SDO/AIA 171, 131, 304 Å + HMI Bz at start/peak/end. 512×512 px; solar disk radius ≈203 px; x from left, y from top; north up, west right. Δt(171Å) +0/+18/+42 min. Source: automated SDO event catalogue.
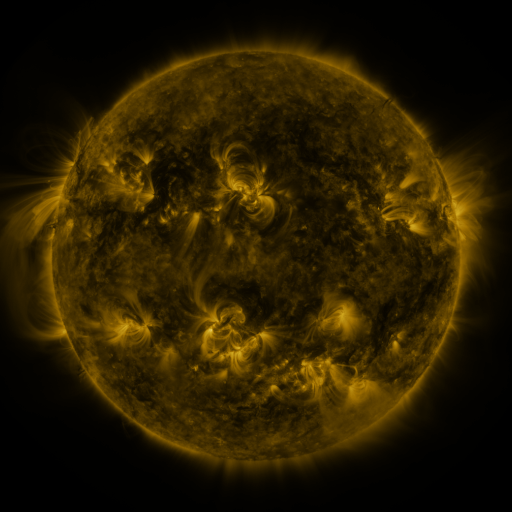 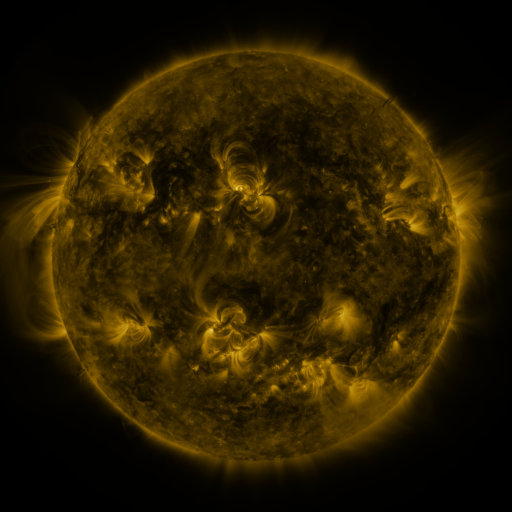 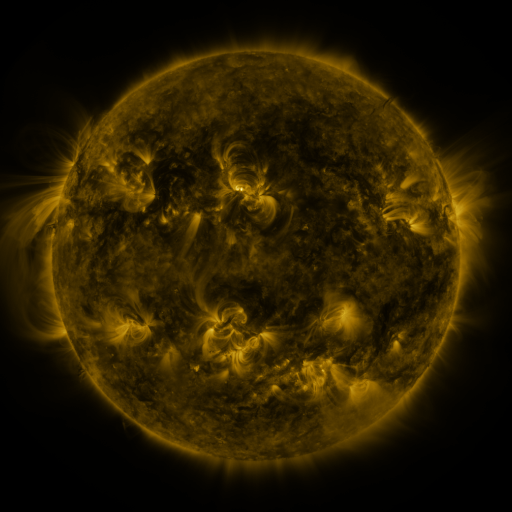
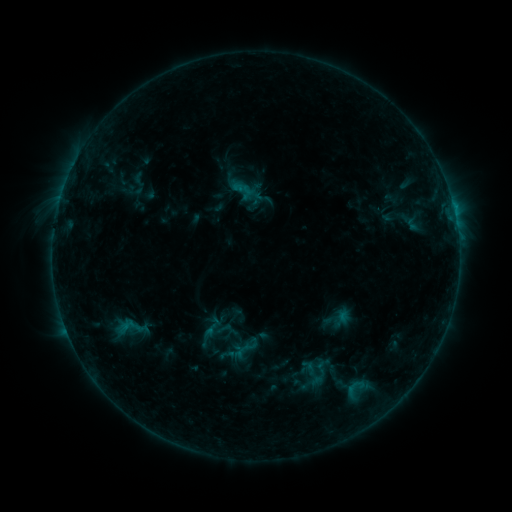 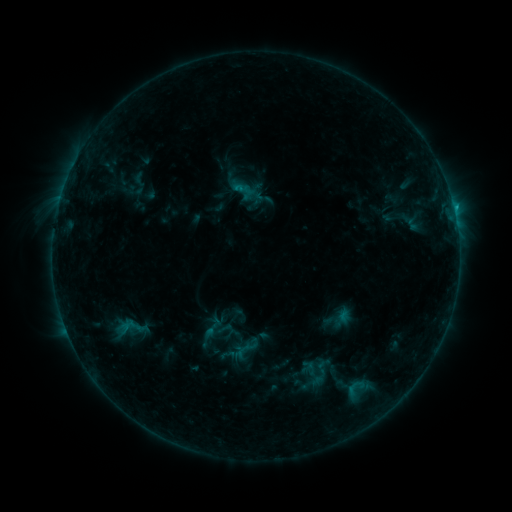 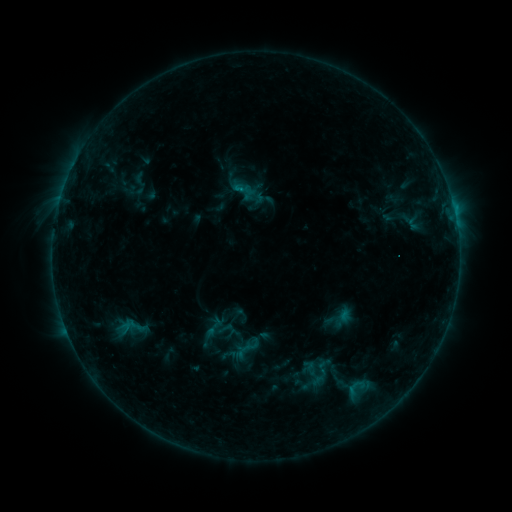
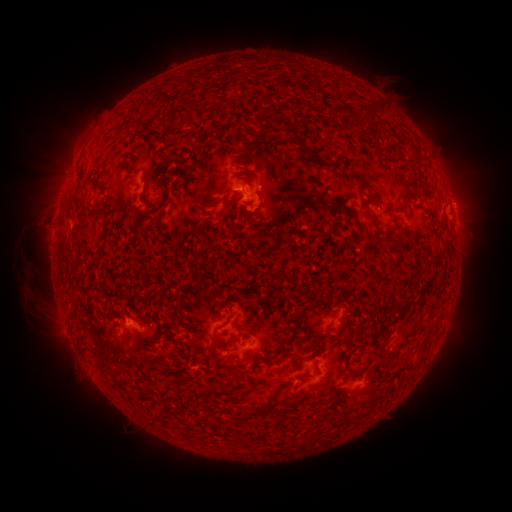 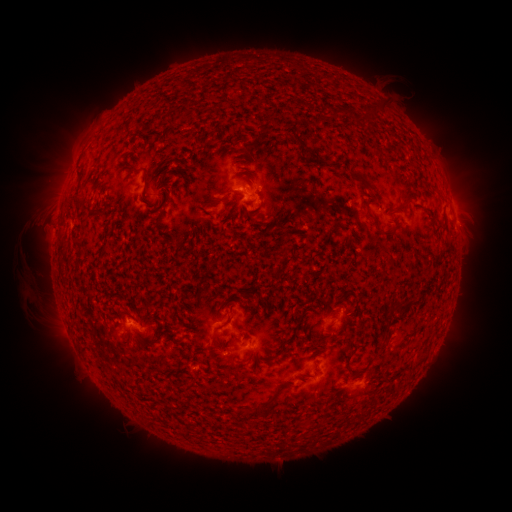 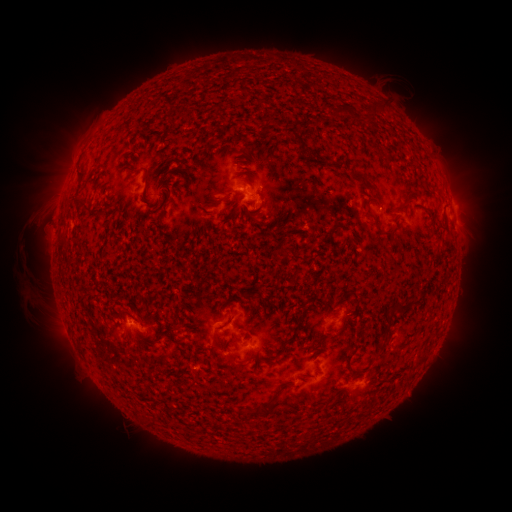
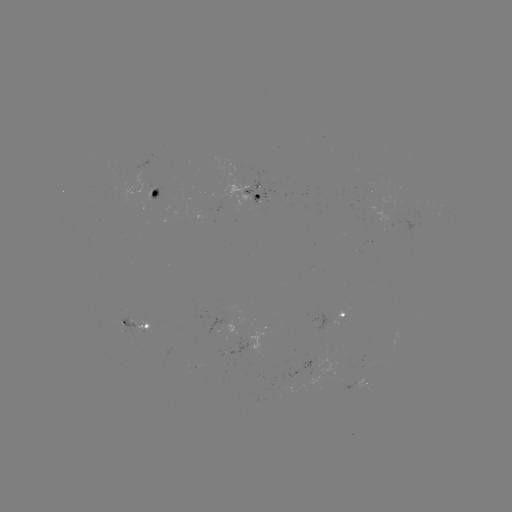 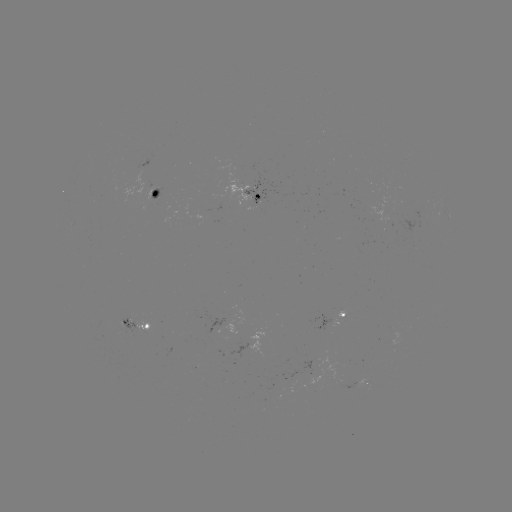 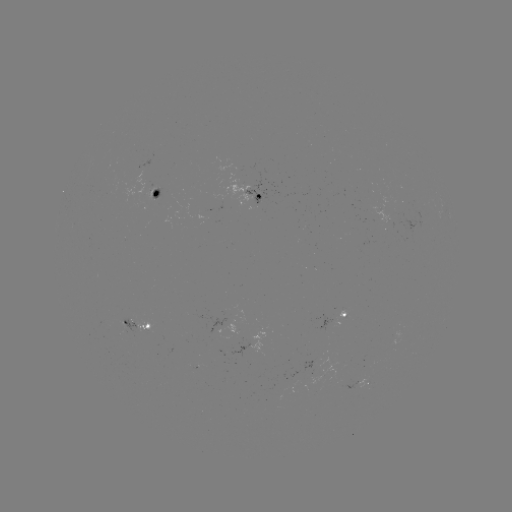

no flare in any classed list; no EUV-trigger detection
